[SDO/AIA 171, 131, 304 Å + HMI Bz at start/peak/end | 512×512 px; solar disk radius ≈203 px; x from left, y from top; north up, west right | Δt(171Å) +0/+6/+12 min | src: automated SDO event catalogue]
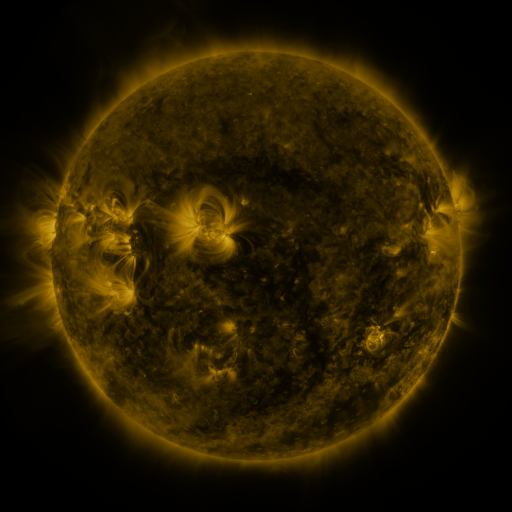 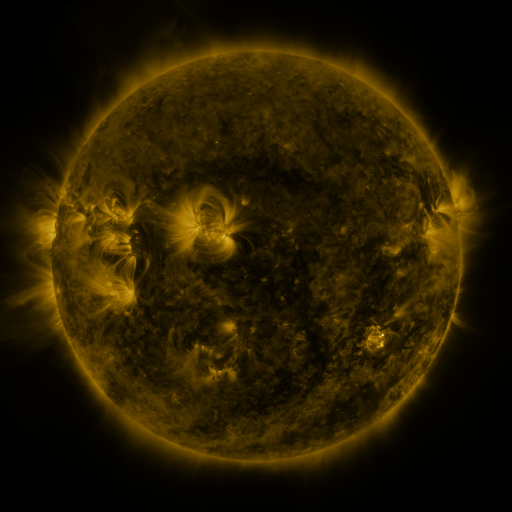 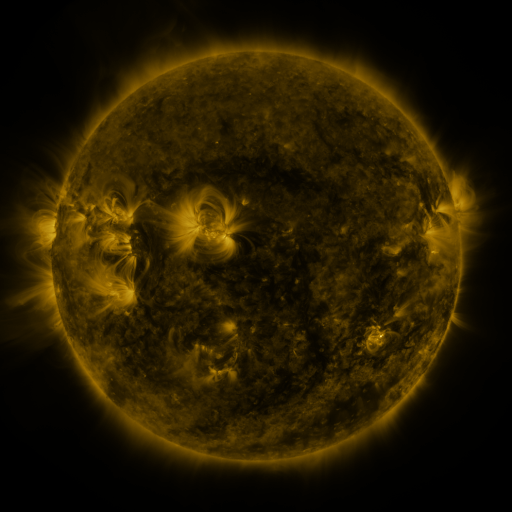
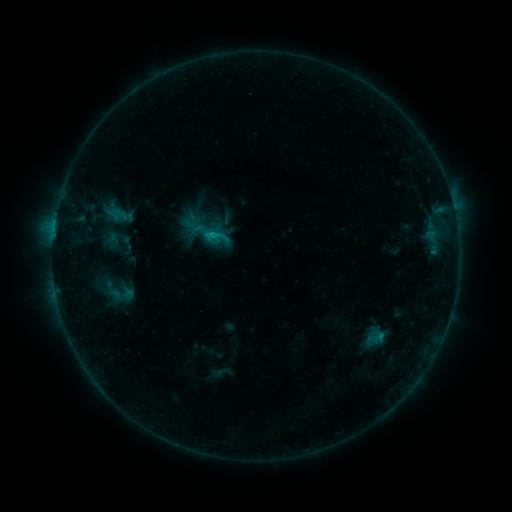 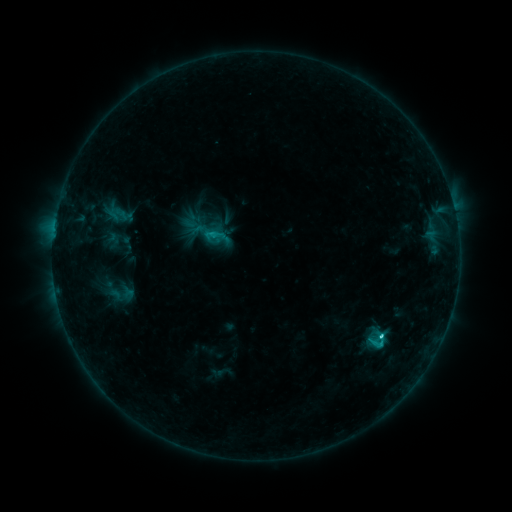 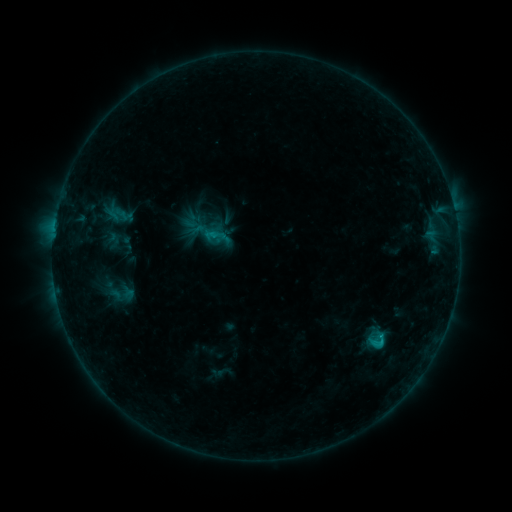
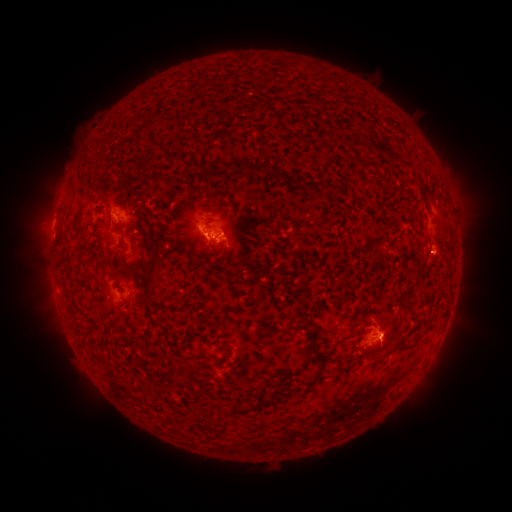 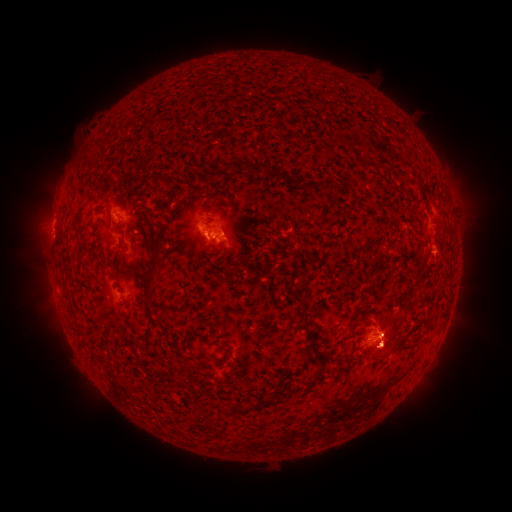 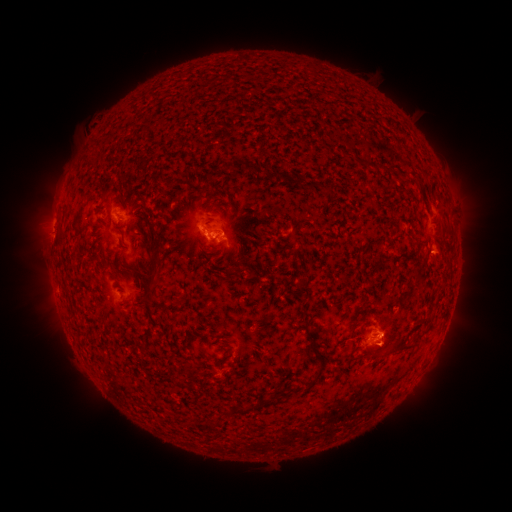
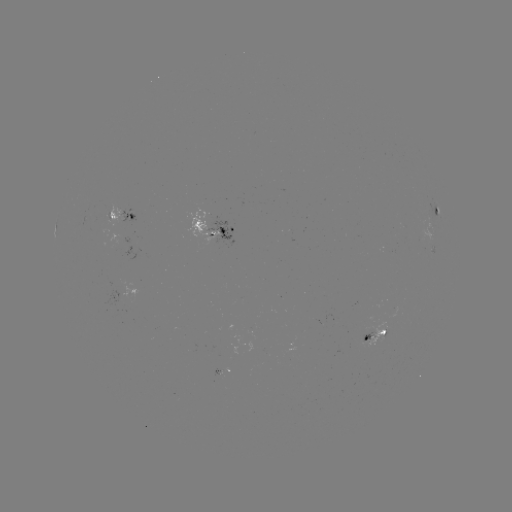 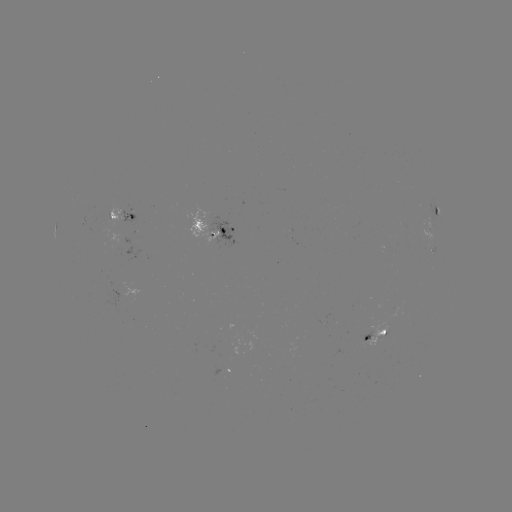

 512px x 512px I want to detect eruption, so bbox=[324, 294, 437, 382].